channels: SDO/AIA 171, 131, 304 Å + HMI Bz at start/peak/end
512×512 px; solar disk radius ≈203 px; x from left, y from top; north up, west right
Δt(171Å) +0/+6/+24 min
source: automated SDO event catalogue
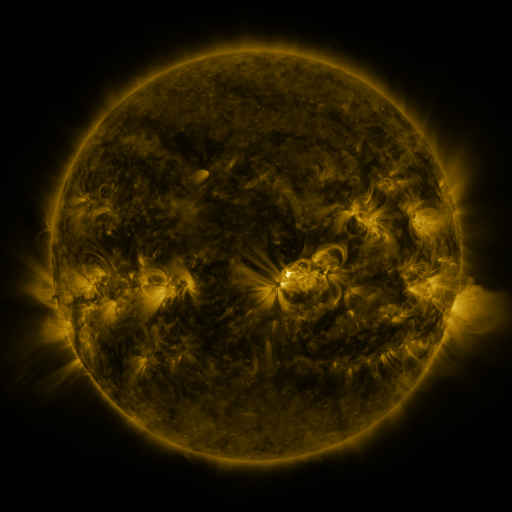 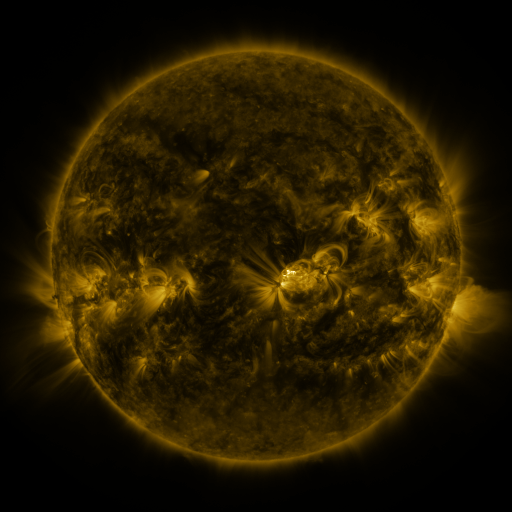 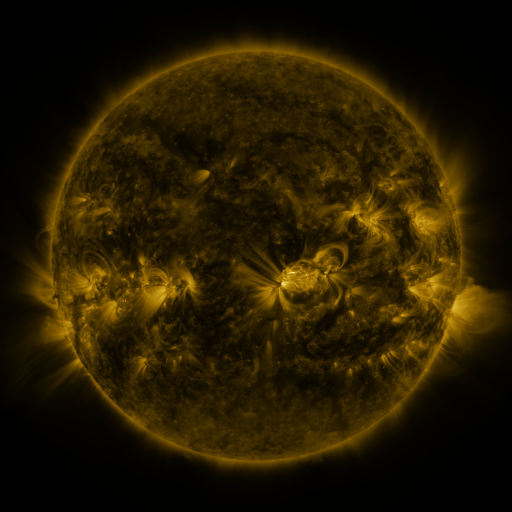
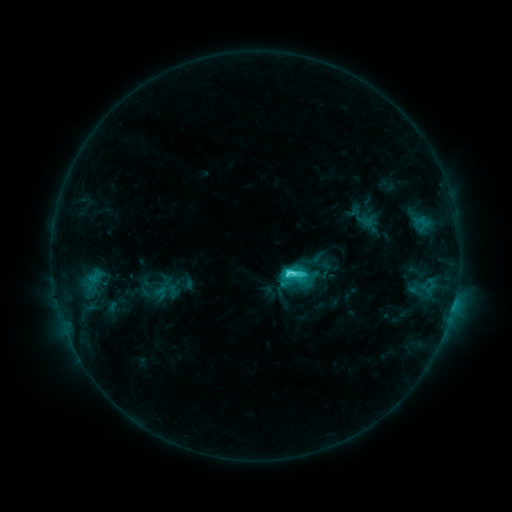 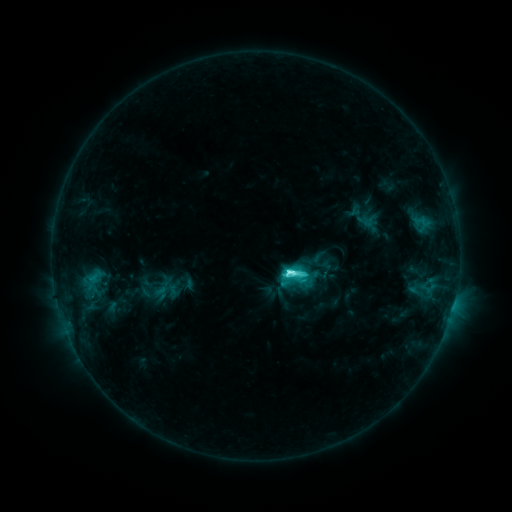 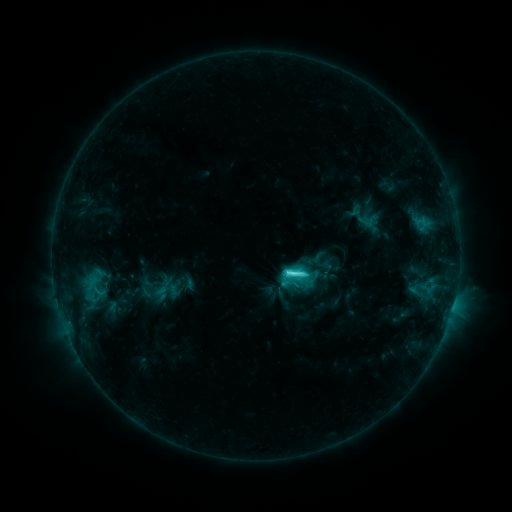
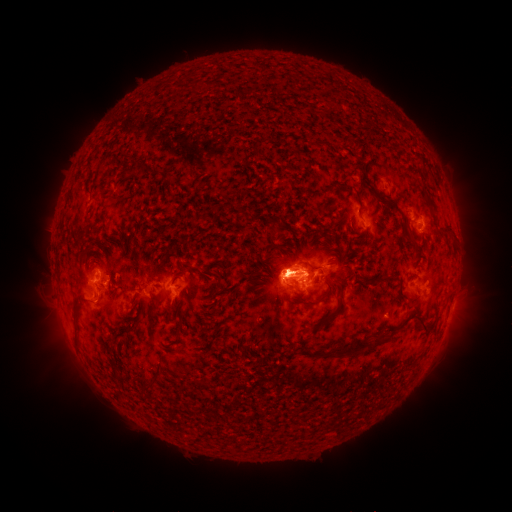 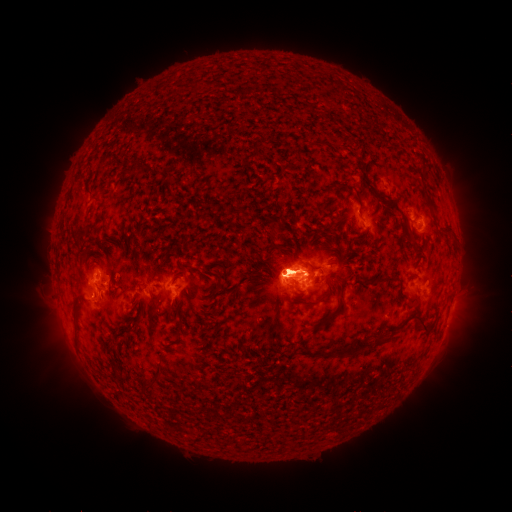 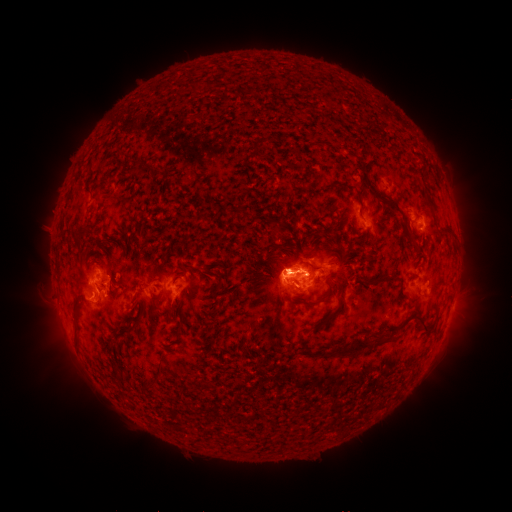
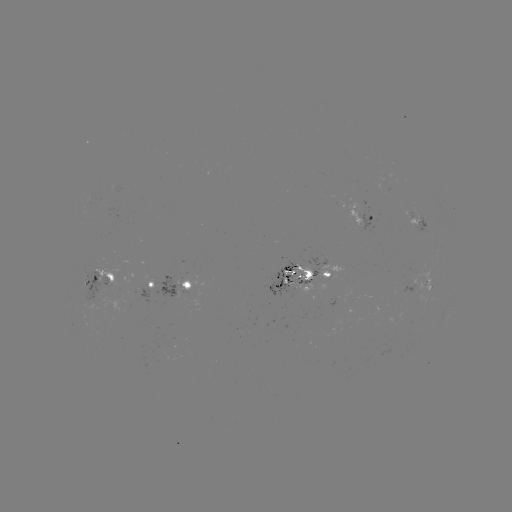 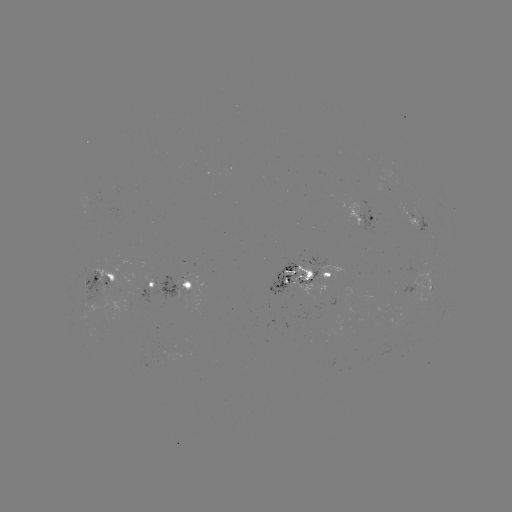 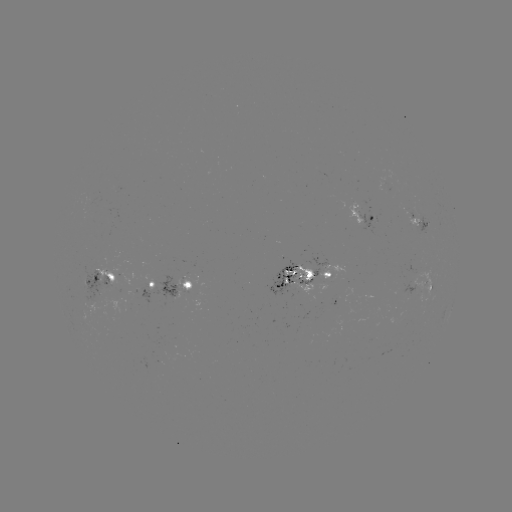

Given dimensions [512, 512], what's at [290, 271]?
M1.0 flare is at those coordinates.